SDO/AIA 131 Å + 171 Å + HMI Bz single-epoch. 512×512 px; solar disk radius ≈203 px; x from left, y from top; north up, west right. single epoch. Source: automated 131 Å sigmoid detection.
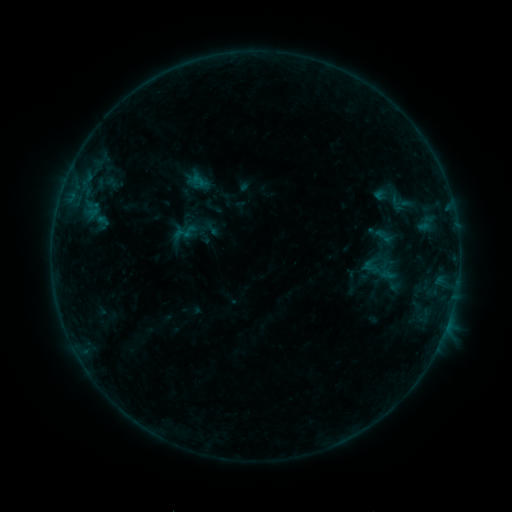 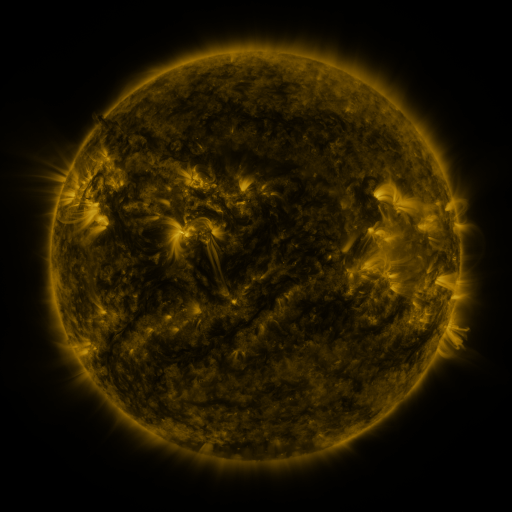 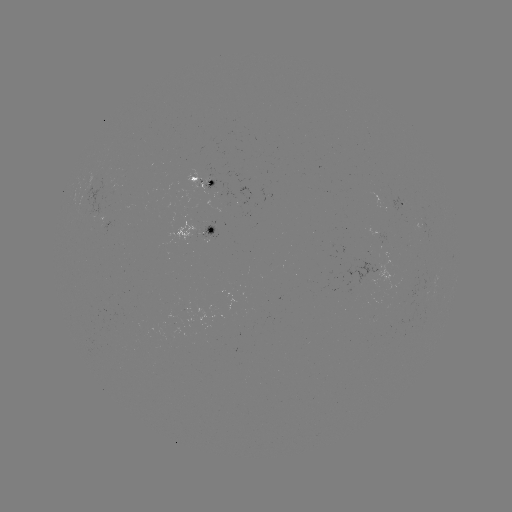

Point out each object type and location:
sigmoid: (384, 236)
